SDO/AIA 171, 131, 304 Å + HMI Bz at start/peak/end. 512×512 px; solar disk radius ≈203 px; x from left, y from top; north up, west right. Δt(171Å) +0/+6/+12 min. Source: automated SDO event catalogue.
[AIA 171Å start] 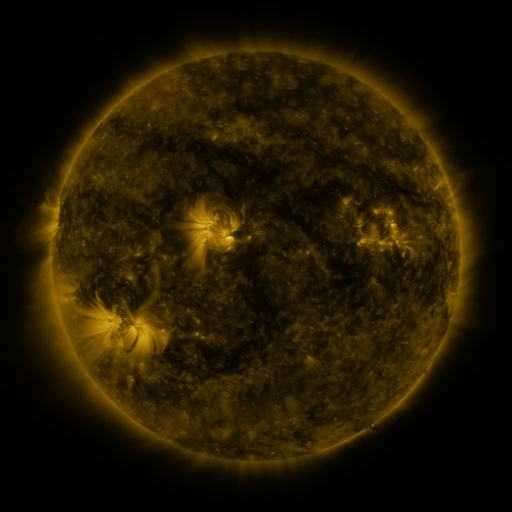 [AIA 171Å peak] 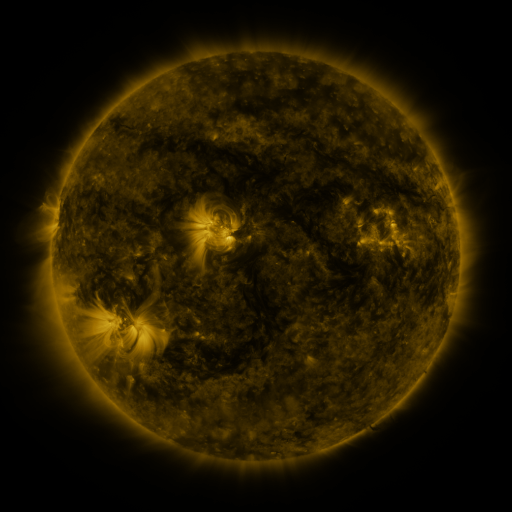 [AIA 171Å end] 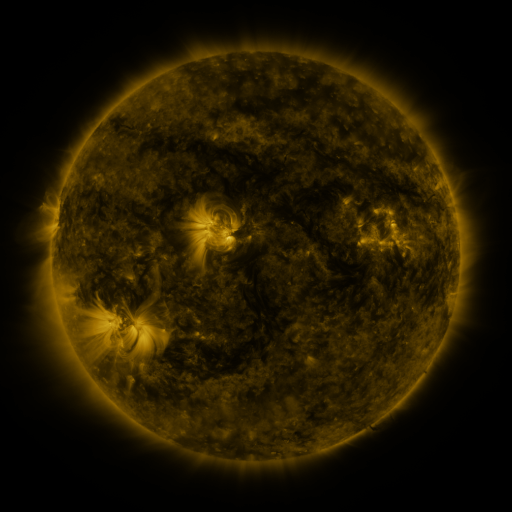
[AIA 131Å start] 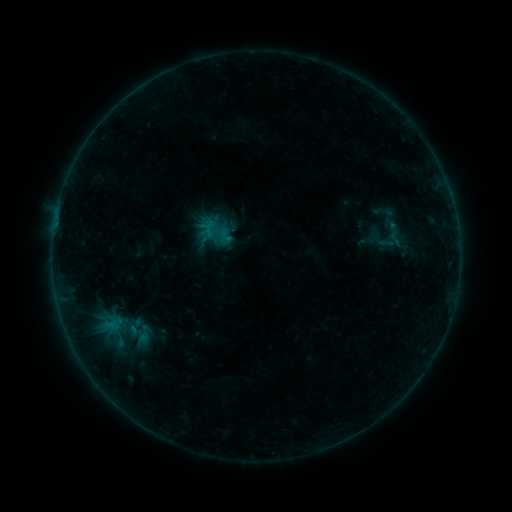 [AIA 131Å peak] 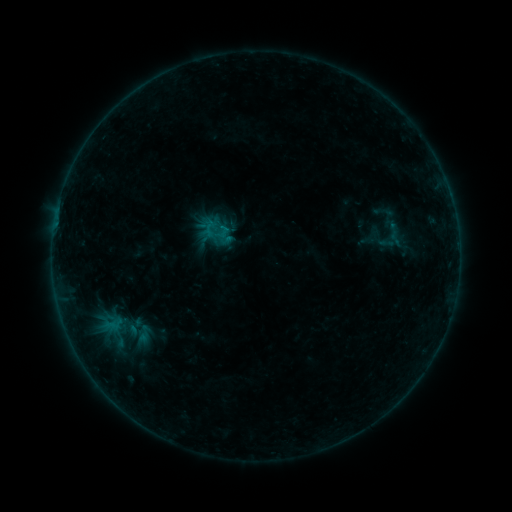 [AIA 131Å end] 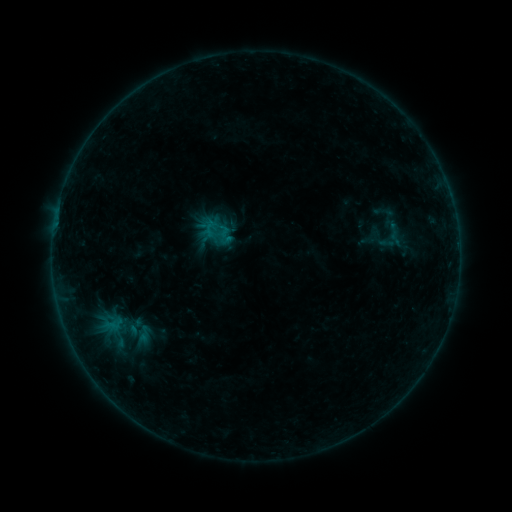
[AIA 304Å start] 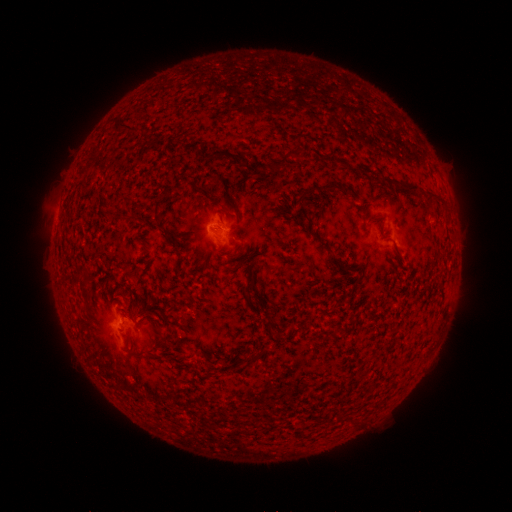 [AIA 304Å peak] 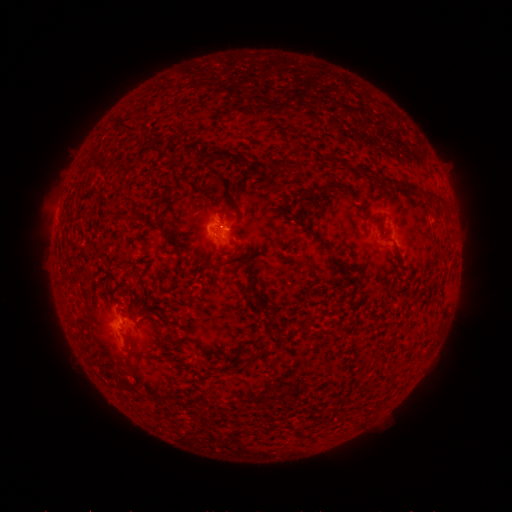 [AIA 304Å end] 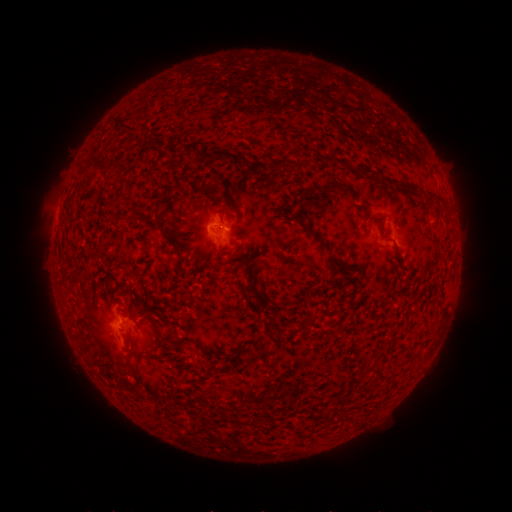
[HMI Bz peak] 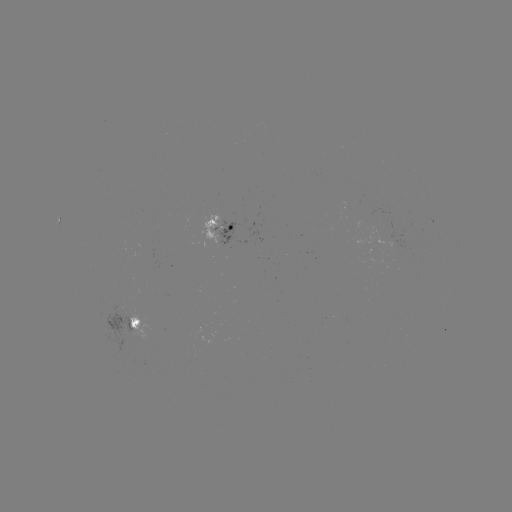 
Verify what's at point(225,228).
B2.8 flare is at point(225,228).